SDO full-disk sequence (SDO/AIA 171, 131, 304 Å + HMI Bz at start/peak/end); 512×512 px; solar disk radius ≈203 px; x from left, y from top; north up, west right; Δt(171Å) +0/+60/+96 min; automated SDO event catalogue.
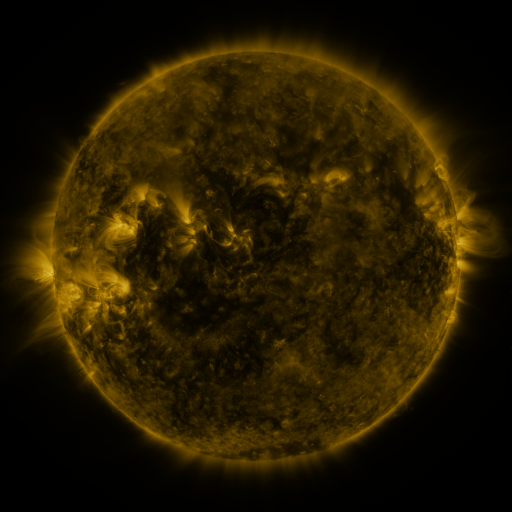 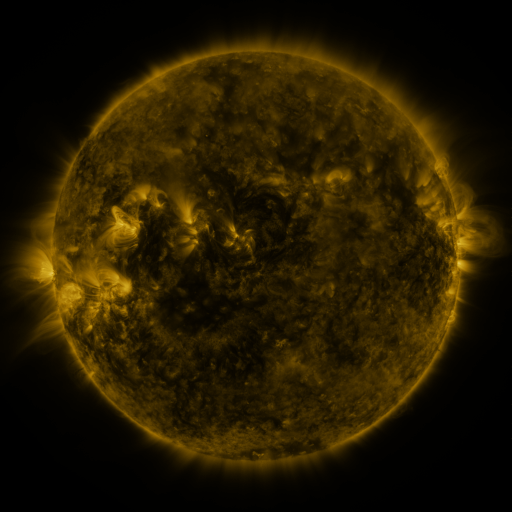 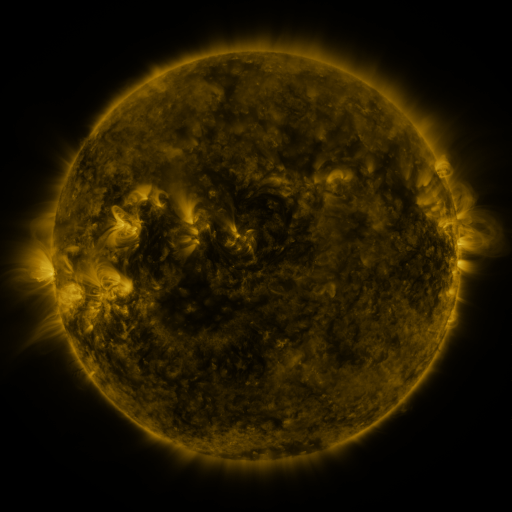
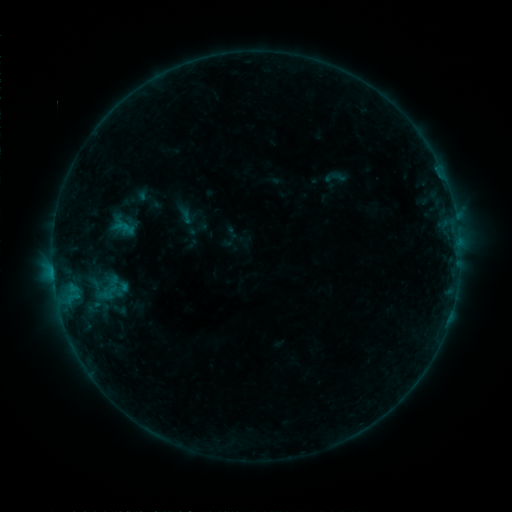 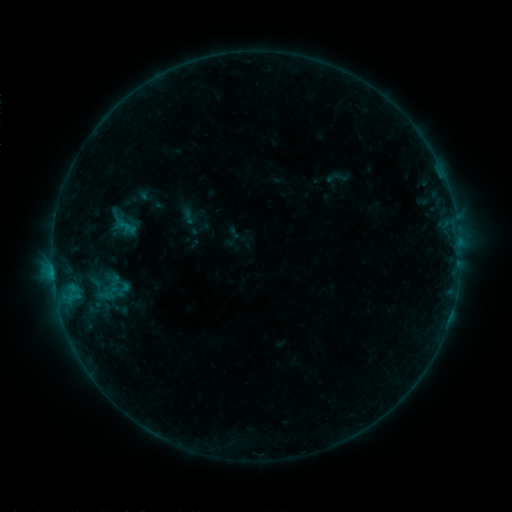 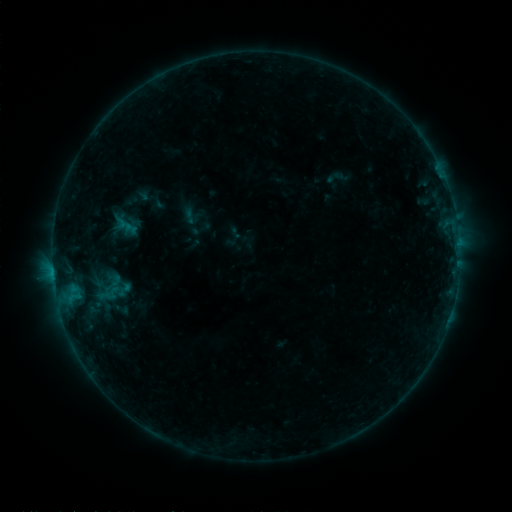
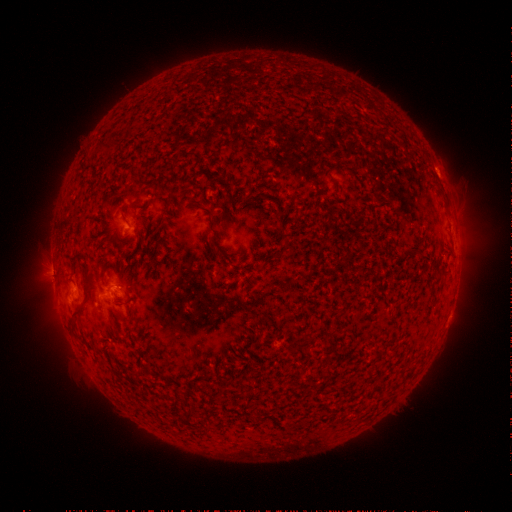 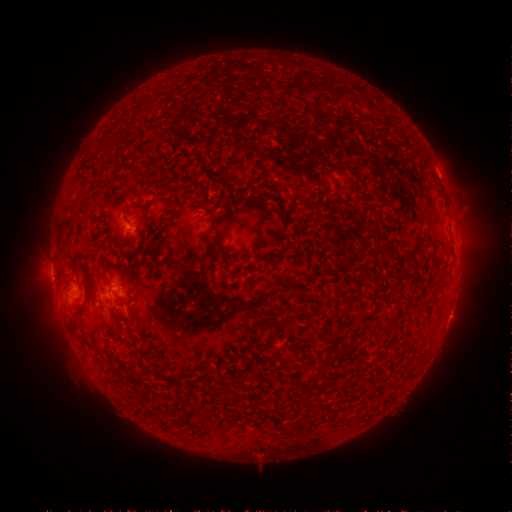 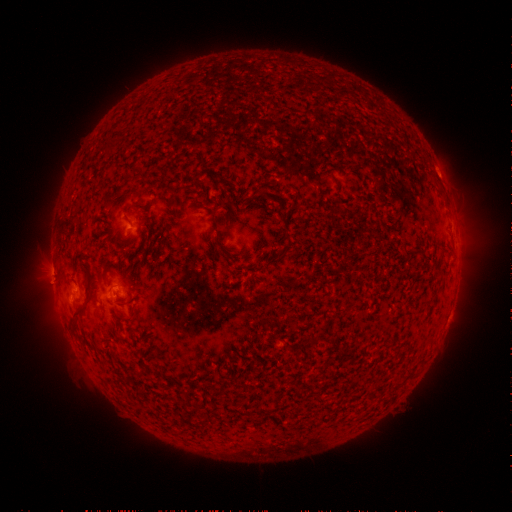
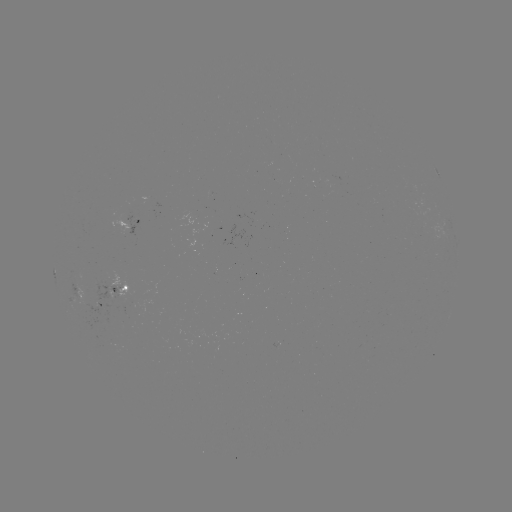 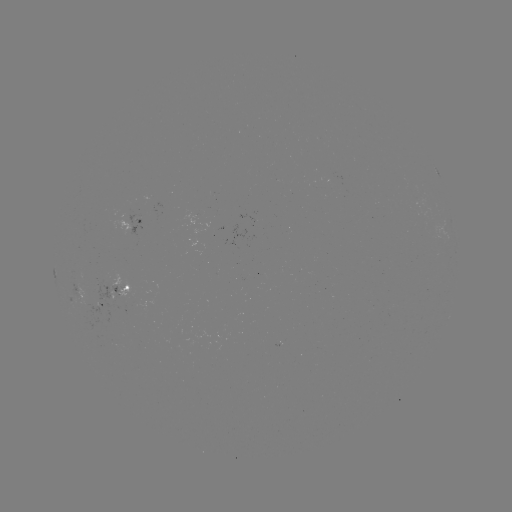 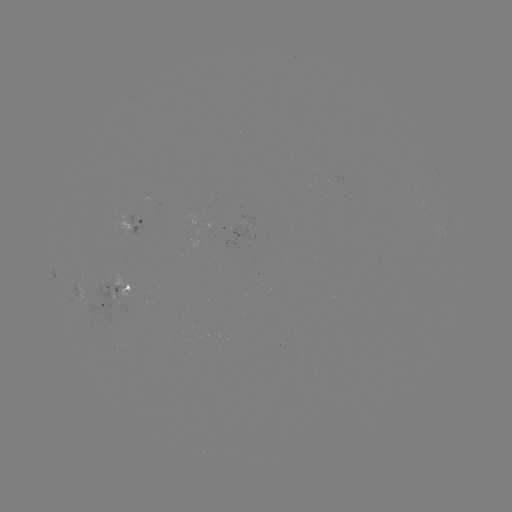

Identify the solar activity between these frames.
emerging-flux region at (149, 198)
